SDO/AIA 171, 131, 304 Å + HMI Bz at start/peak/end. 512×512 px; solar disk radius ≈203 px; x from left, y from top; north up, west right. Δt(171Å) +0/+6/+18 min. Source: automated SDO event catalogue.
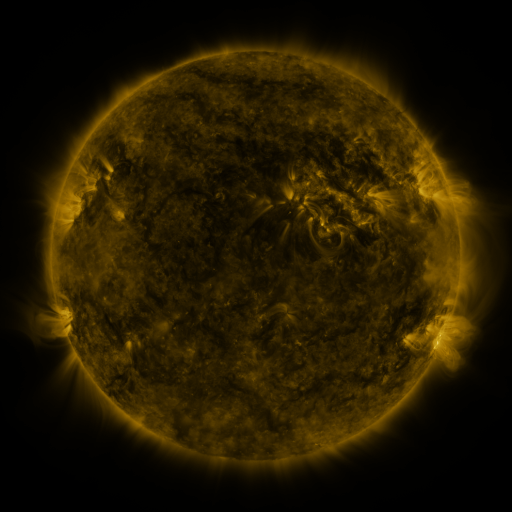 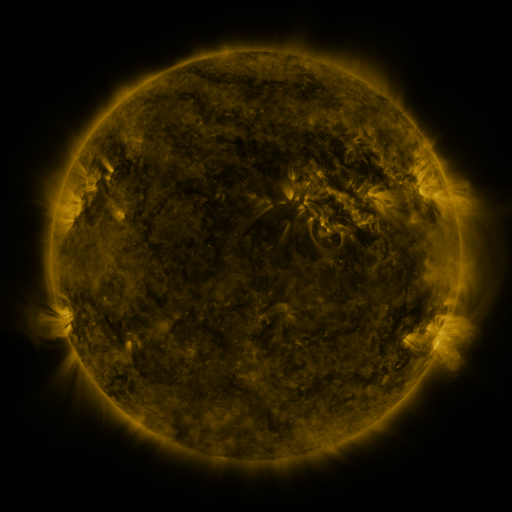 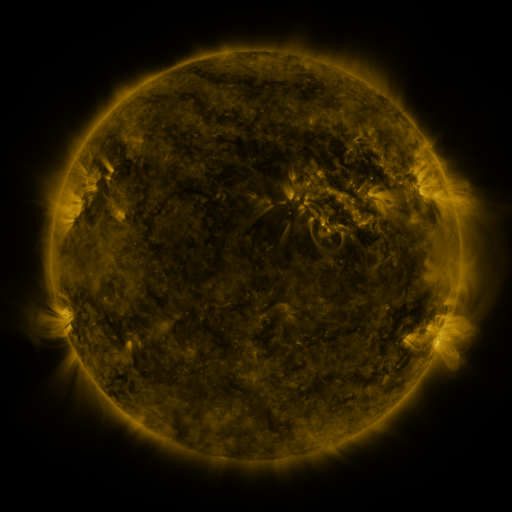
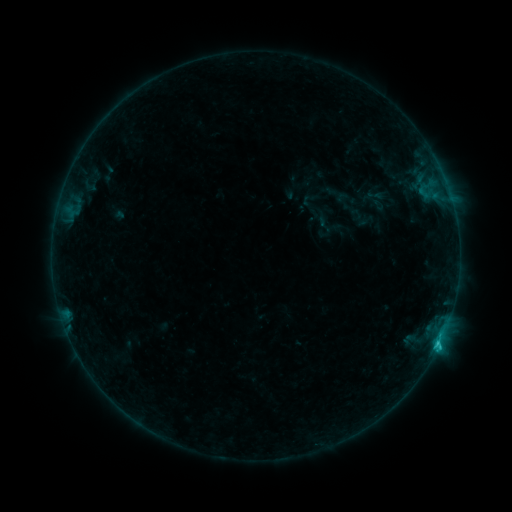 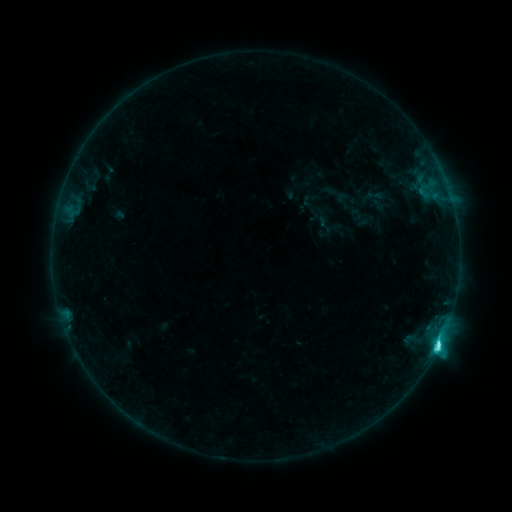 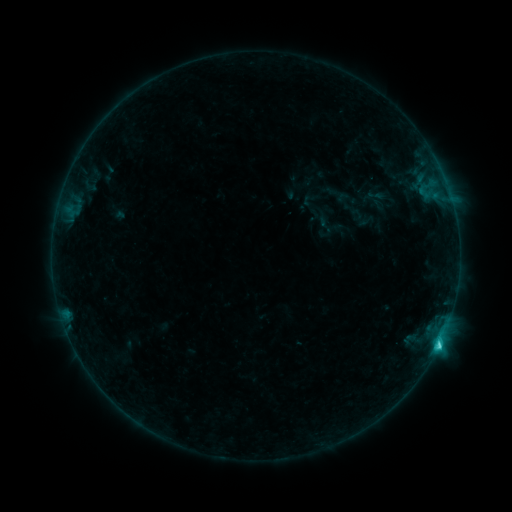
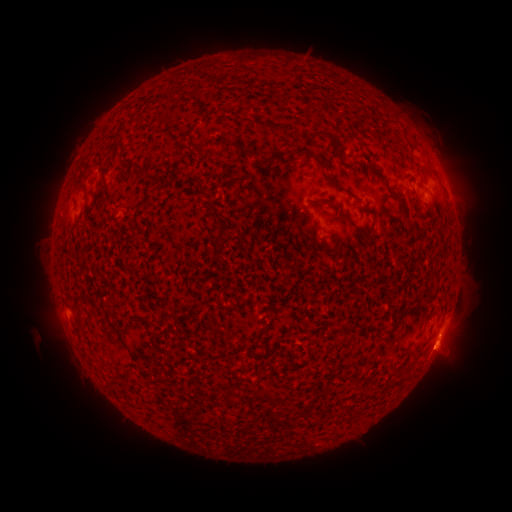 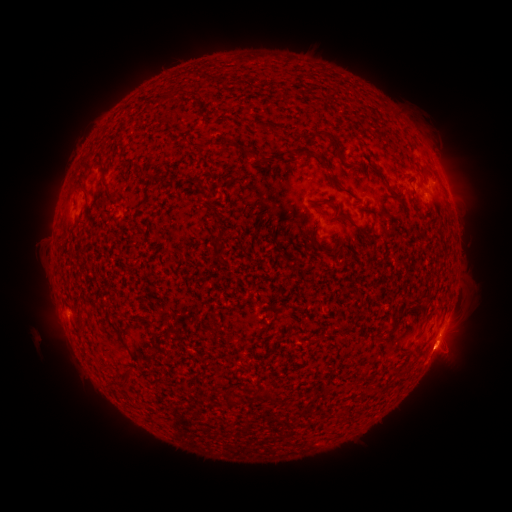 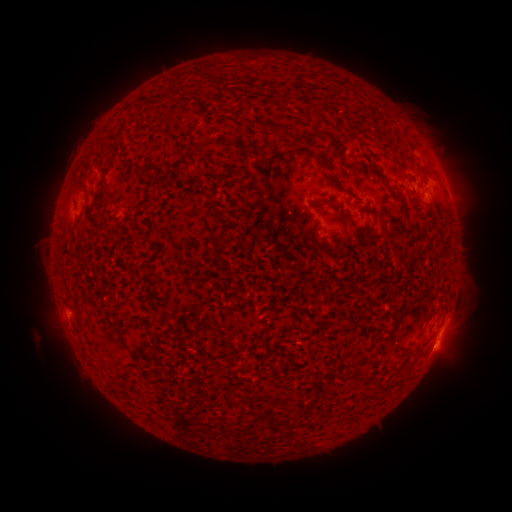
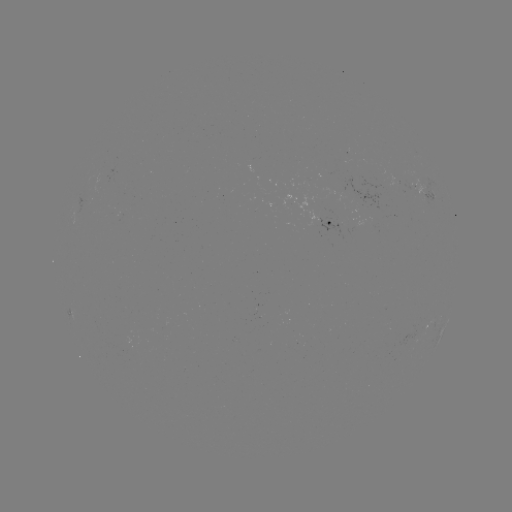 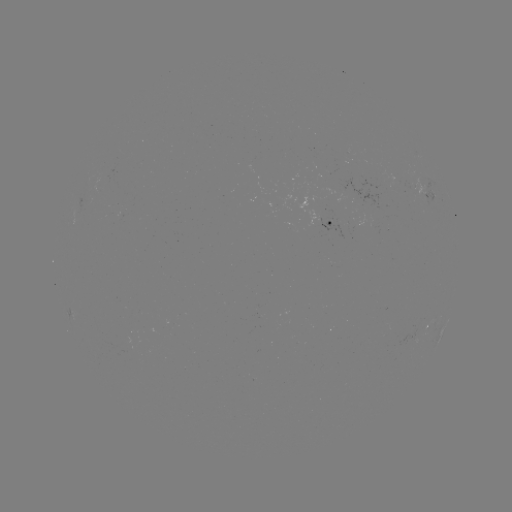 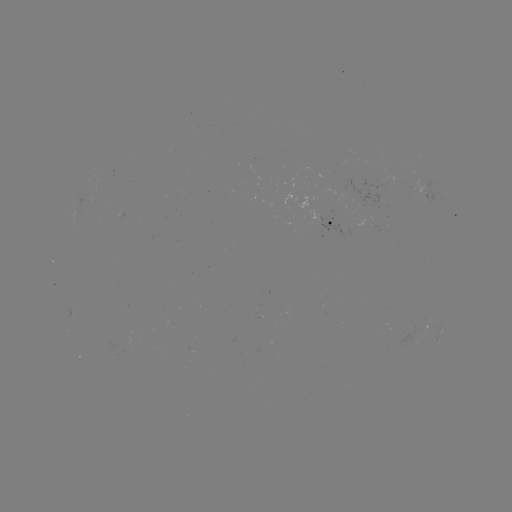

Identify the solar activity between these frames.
C4.1 flare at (437, 345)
